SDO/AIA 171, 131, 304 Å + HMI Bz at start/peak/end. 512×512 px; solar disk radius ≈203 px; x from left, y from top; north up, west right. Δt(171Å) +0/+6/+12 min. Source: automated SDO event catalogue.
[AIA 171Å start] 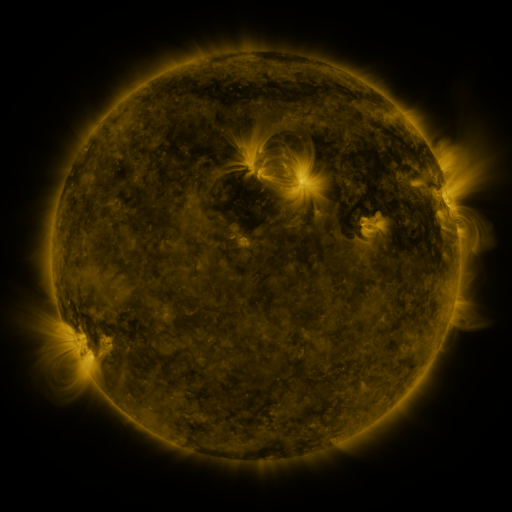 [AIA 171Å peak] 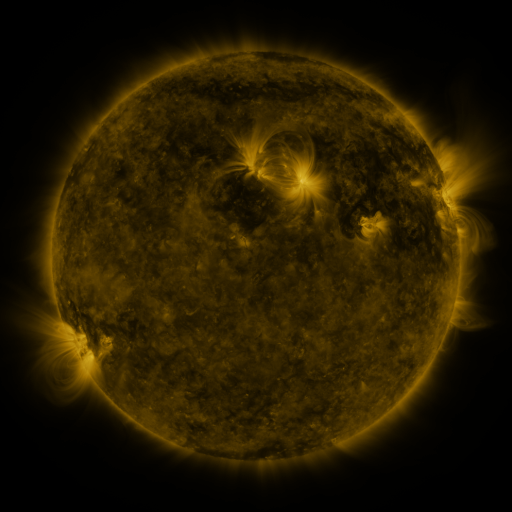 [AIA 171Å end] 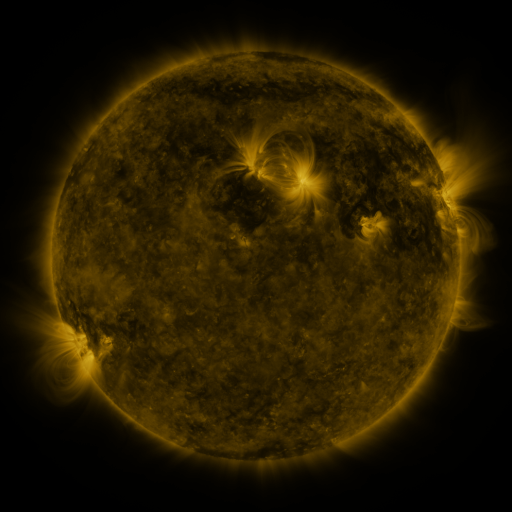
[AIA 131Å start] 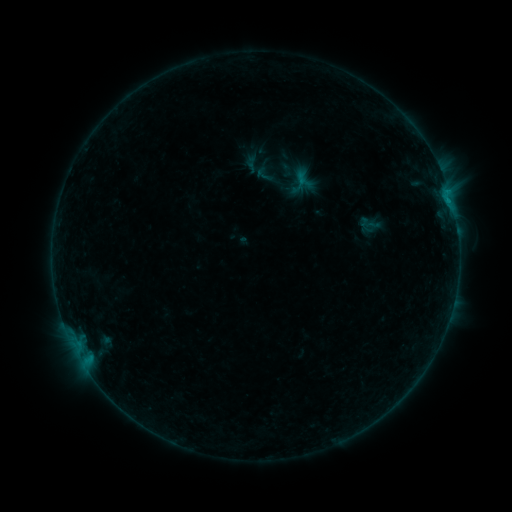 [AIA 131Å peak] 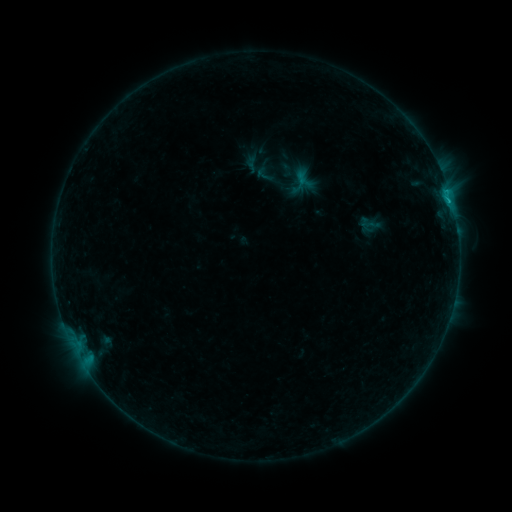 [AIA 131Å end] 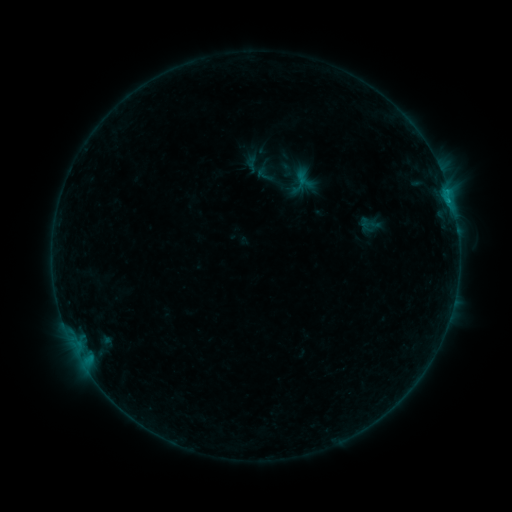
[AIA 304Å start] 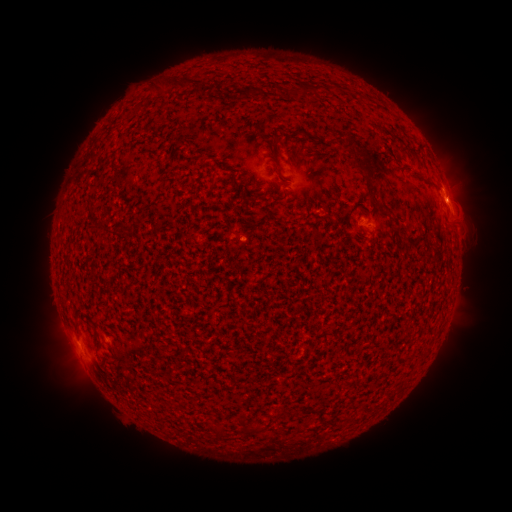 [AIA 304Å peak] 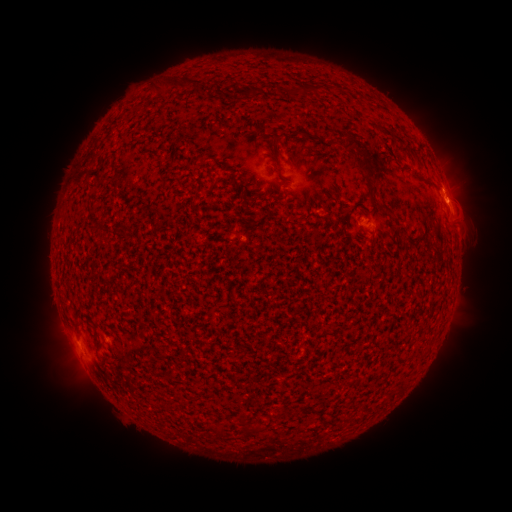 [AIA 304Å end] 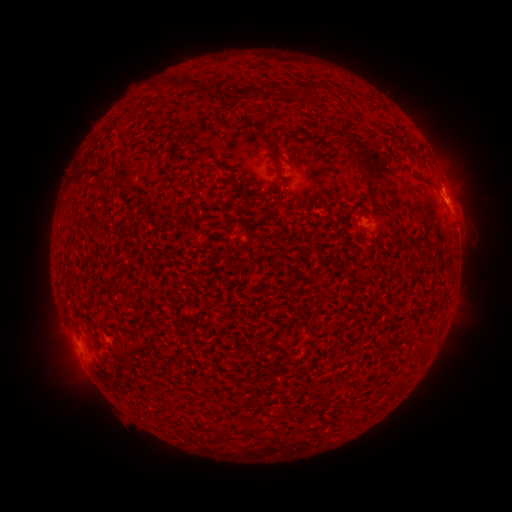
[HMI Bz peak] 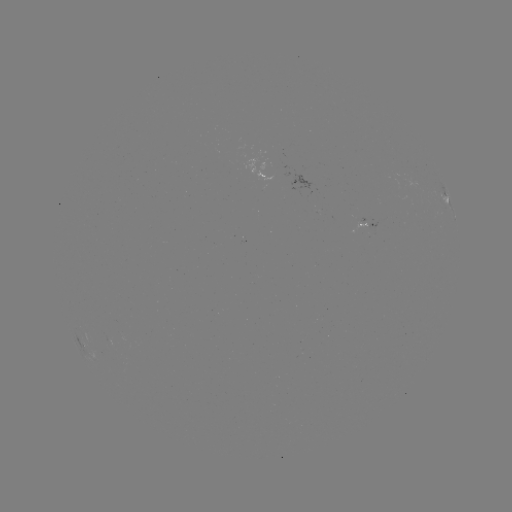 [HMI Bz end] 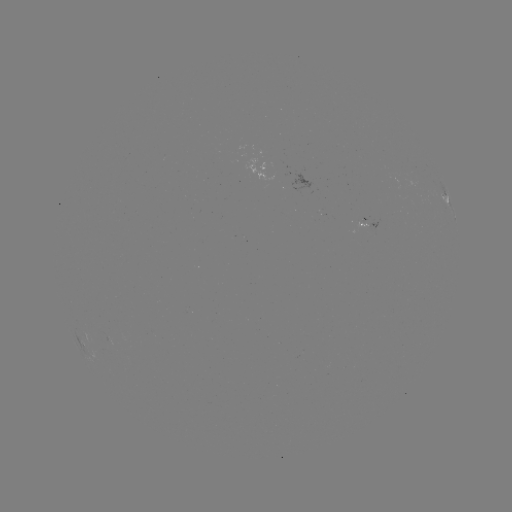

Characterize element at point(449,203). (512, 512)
B5.6 flare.